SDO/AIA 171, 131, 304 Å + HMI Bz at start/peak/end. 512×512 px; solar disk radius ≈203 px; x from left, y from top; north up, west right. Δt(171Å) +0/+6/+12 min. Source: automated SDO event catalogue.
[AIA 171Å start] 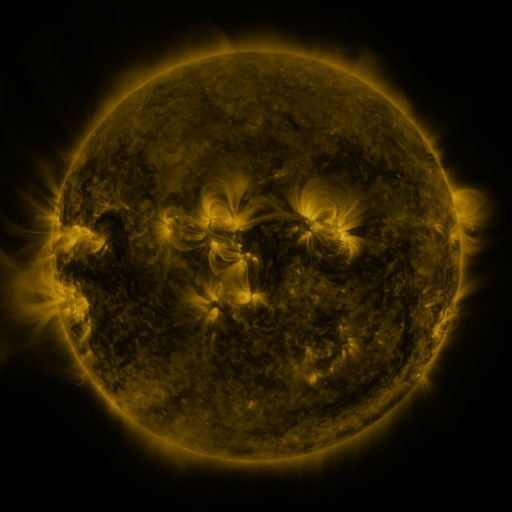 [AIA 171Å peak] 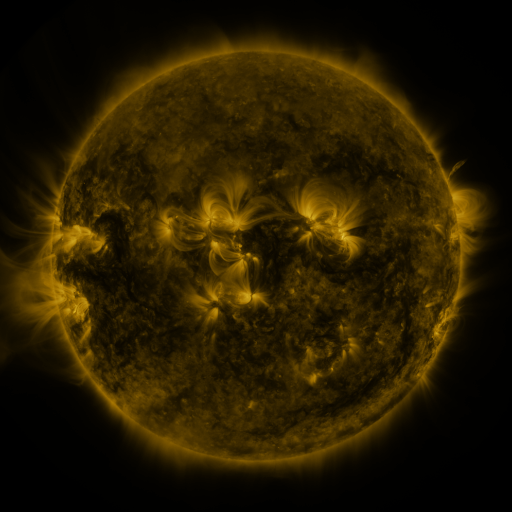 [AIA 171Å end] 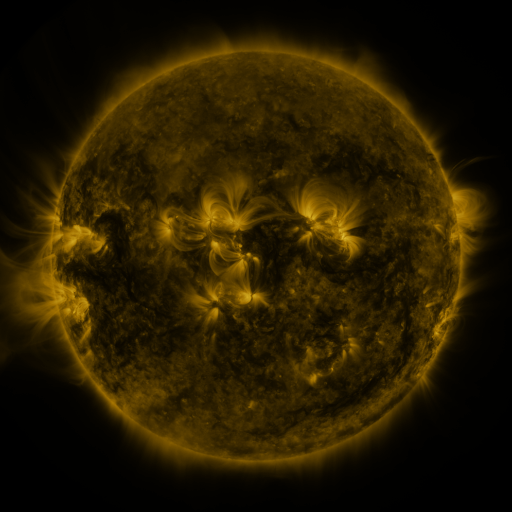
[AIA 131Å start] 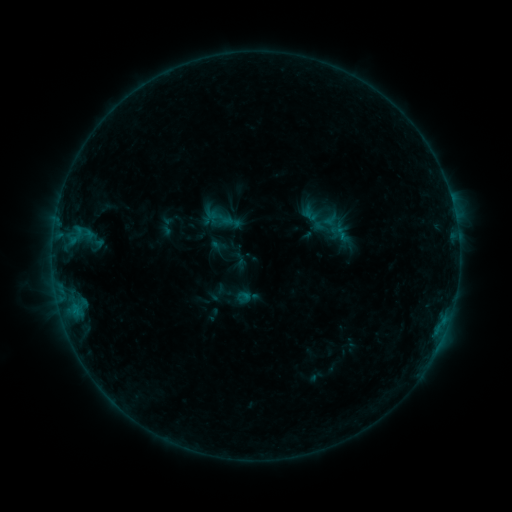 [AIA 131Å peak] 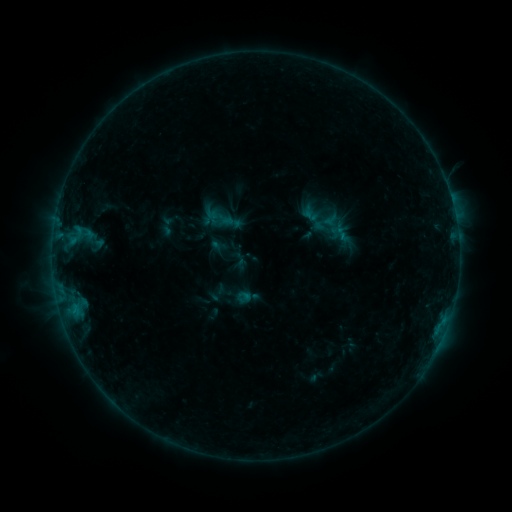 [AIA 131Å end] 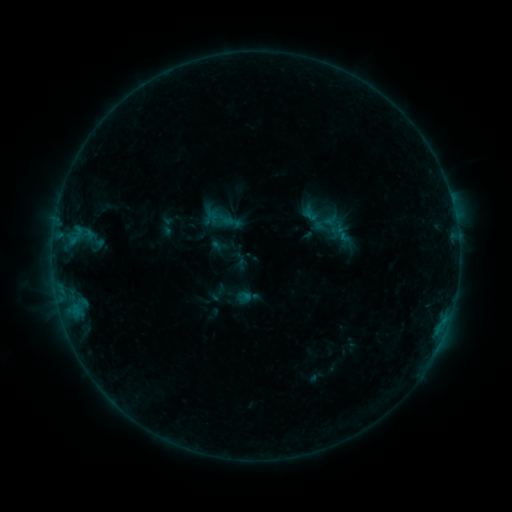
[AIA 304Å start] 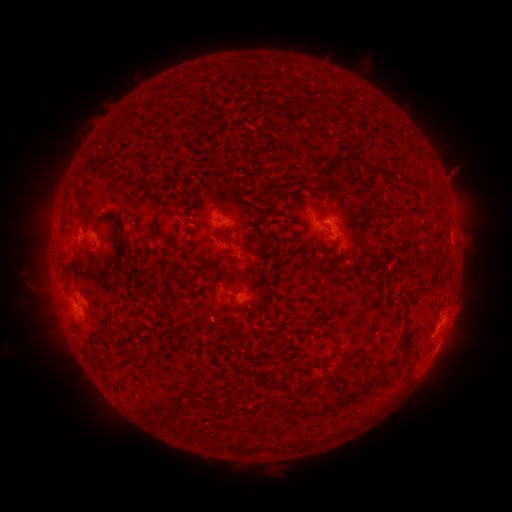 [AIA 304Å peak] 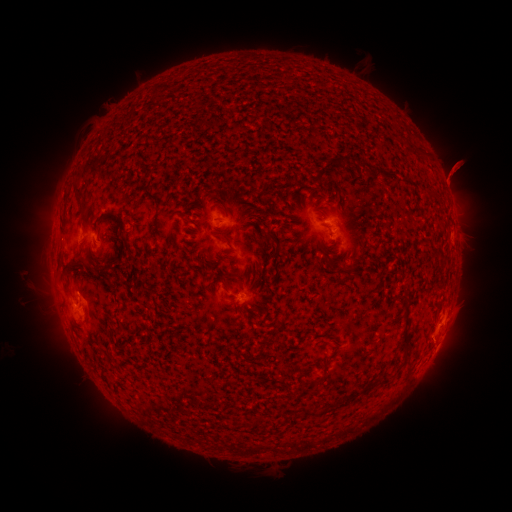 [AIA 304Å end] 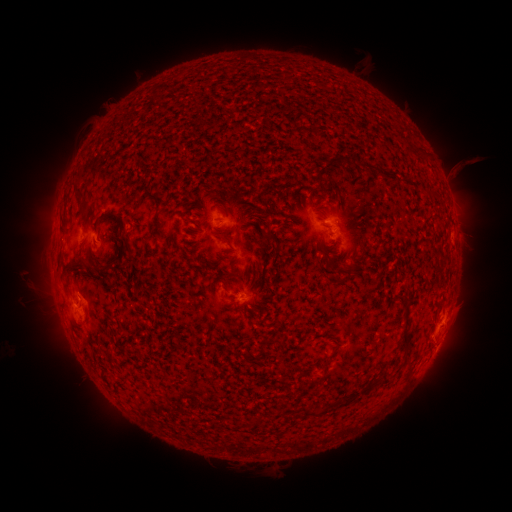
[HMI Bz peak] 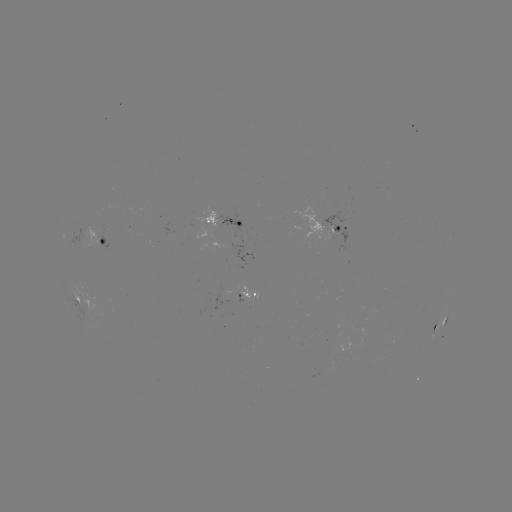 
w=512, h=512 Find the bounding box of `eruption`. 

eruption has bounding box [427, 144, 480, 200].